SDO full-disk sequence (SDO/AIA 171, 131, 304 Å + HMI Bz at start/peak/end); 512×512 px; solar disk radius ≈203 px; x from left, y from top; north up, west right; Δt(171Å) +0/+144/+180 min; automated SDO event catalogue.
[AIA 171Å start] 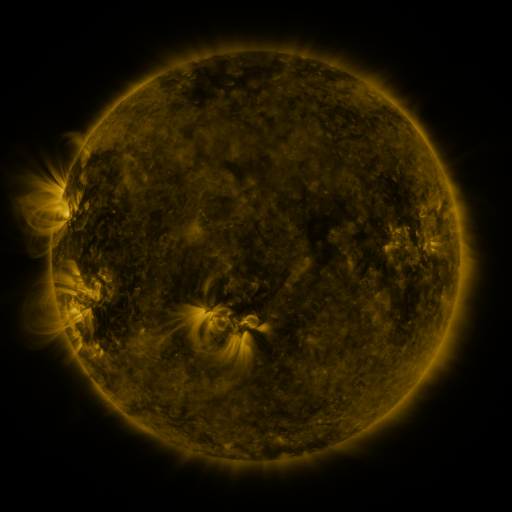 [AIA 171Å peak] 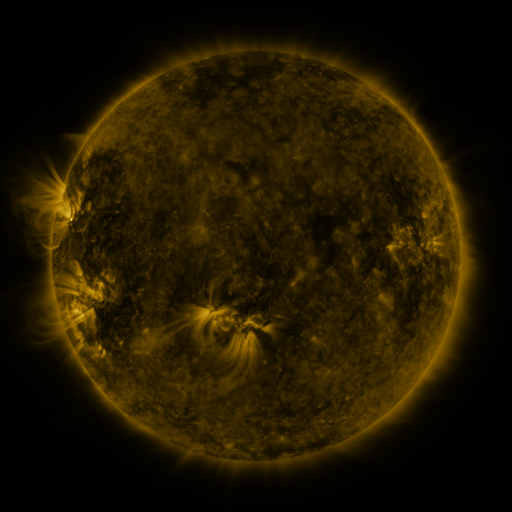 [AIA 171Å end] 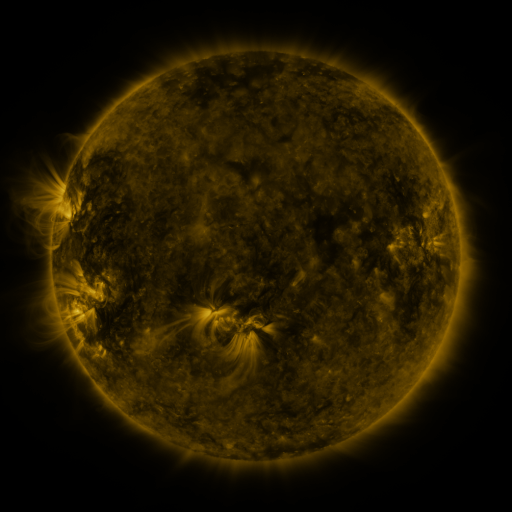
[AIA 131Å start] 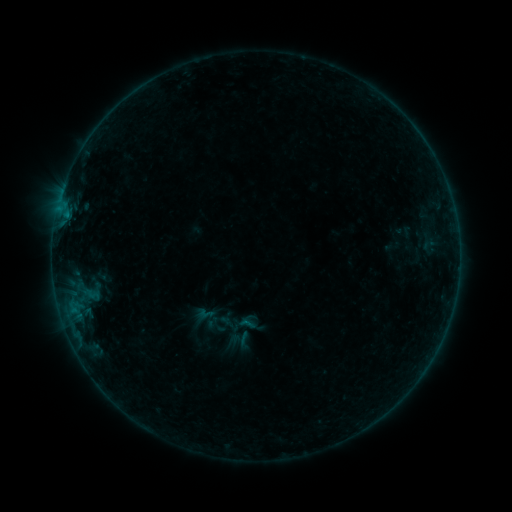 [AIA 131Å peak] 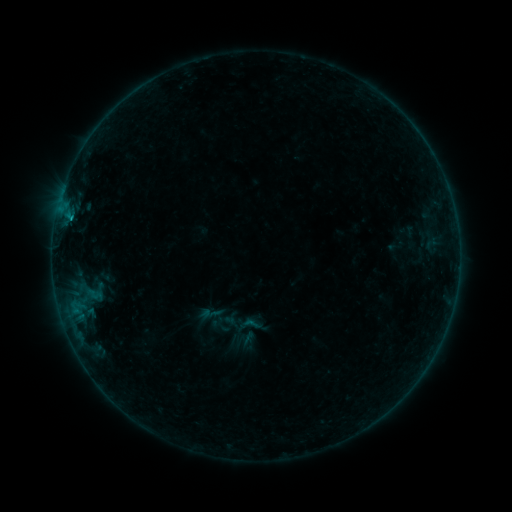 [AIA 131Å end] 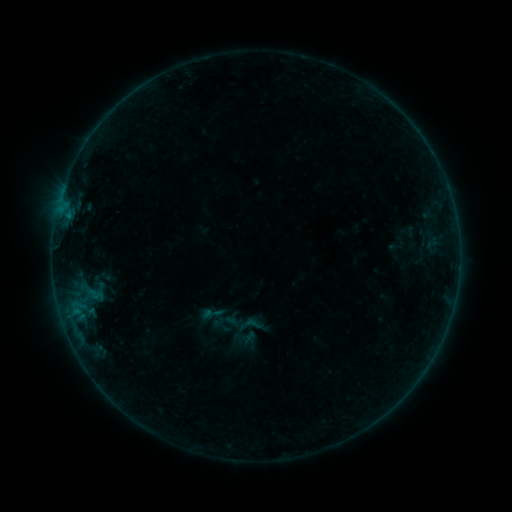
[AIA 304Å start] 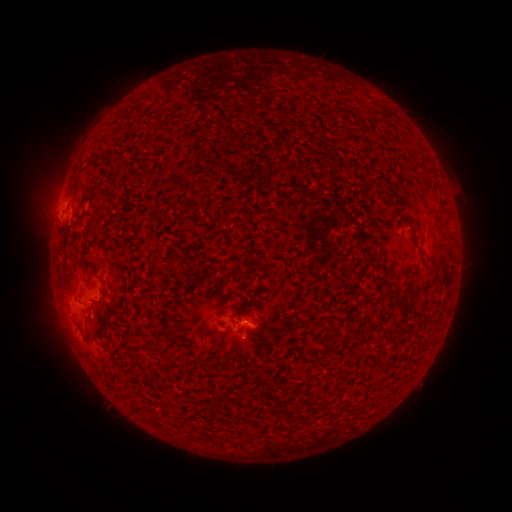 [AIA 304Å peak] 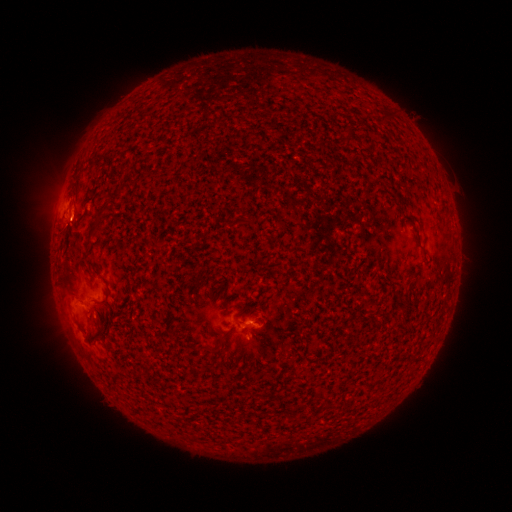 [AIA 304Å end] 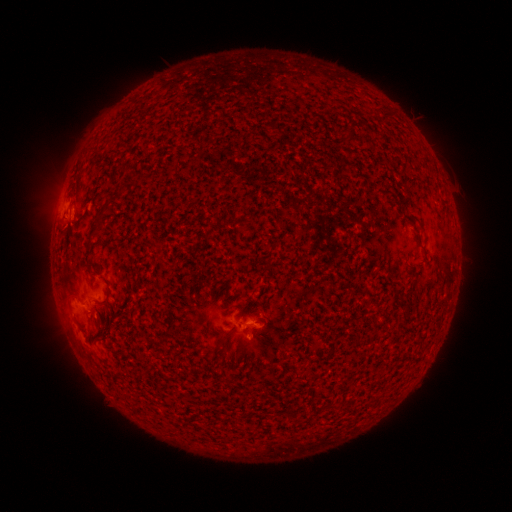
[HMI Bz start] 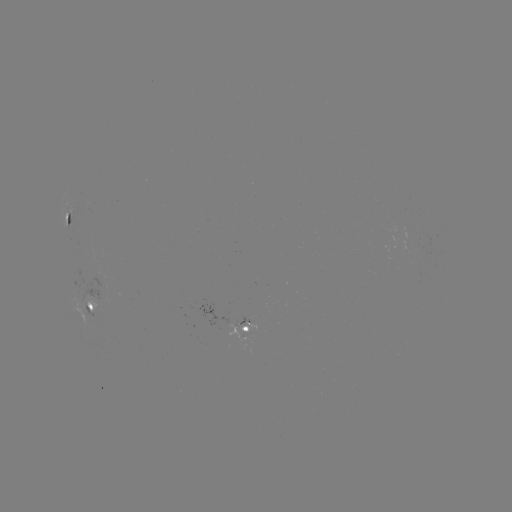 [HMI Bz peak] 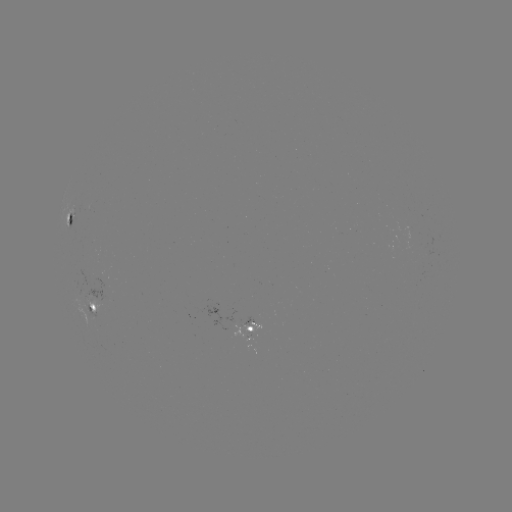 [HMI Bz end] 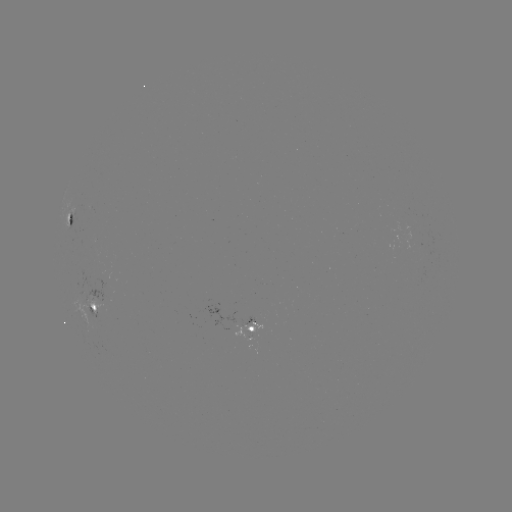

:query emerging-flux region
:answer [100, 281]